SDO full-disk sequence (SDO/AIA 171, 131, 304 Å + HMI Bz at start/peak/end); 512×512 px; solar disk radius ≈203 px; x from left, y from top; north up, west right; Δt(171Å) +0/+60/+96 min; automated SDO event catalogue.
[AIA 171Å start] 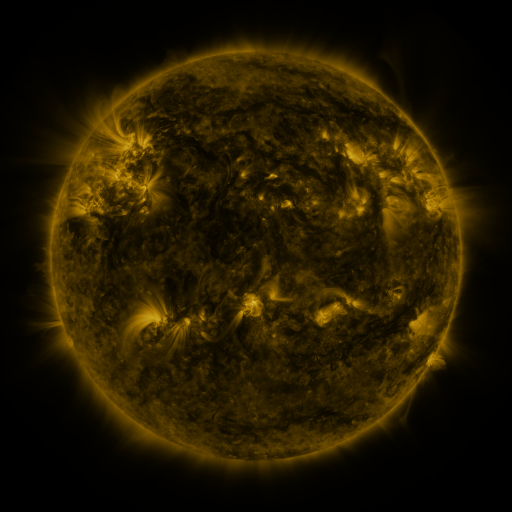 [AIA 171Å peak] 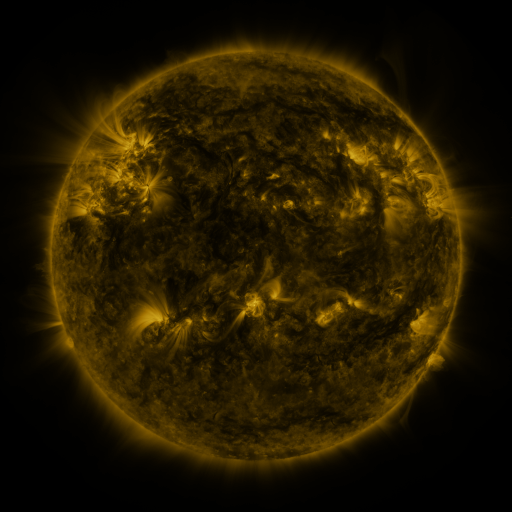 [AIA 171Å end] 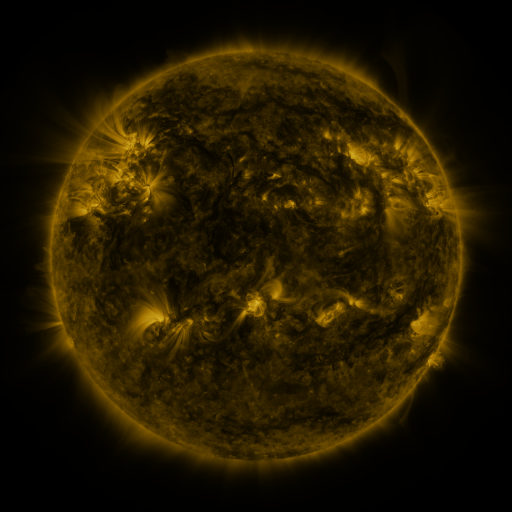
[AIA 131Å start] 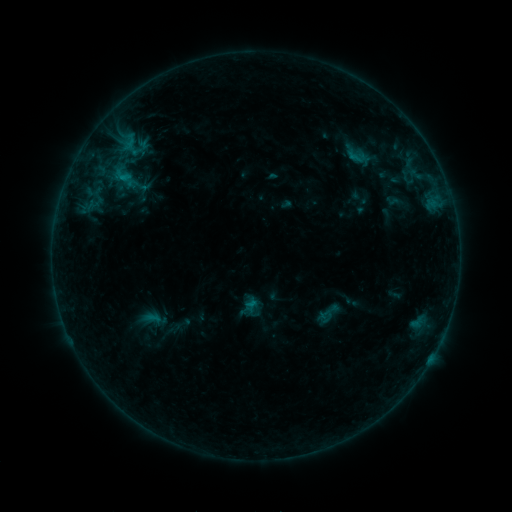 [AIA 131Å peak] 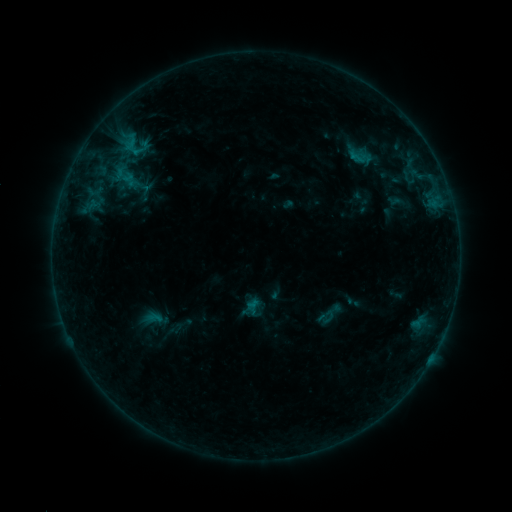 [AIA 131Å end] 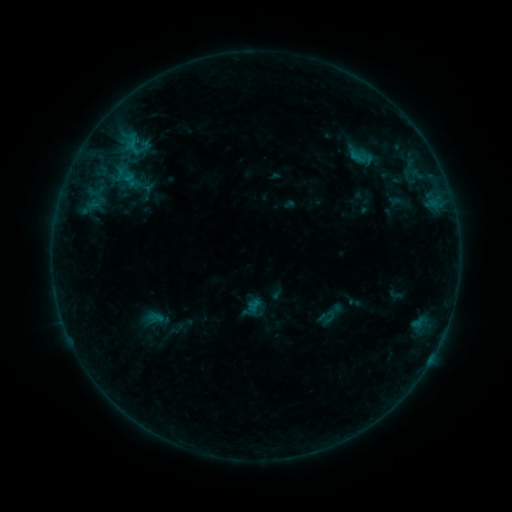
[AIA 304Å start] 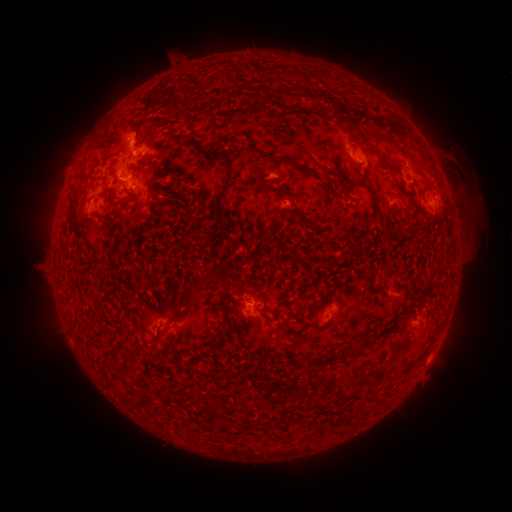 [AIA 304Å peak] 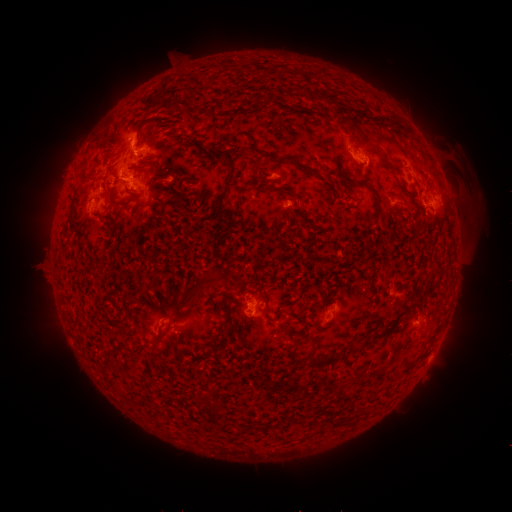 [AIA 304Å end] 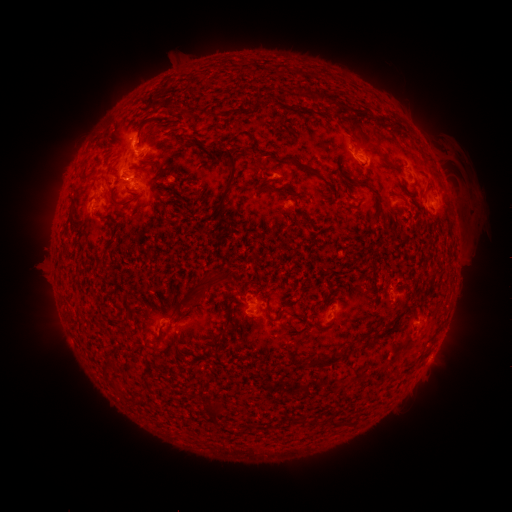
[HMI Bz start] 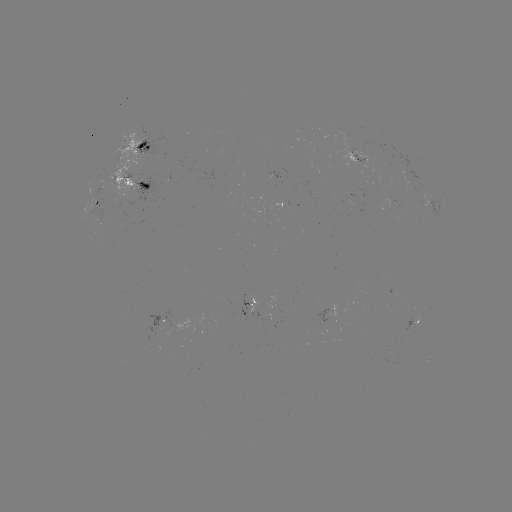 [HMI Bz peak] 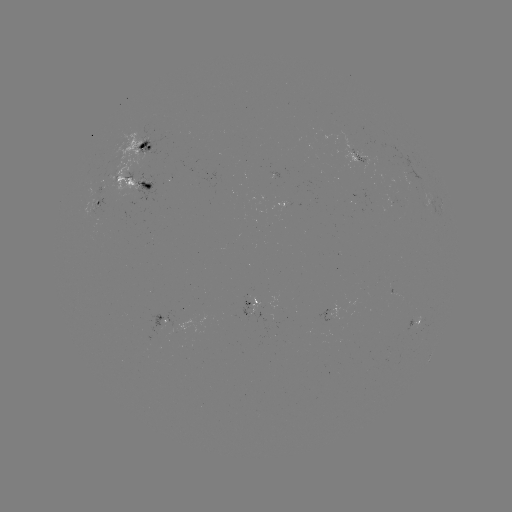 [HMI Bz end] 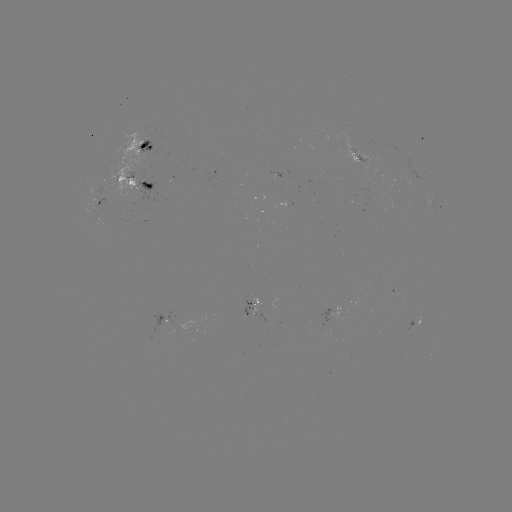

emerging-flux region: [100, 180, 103, 193]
